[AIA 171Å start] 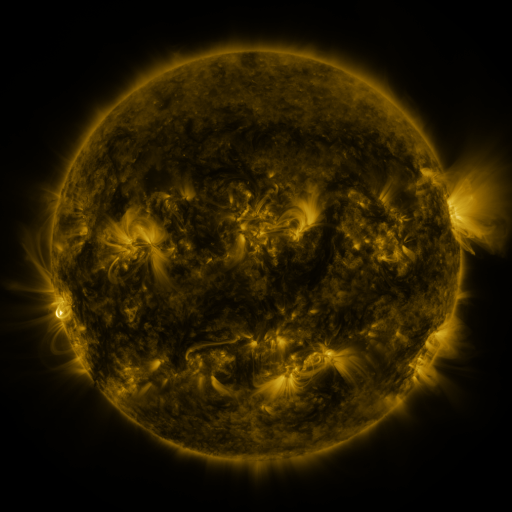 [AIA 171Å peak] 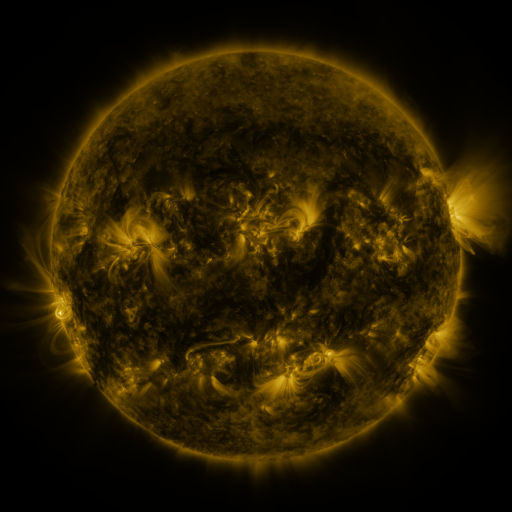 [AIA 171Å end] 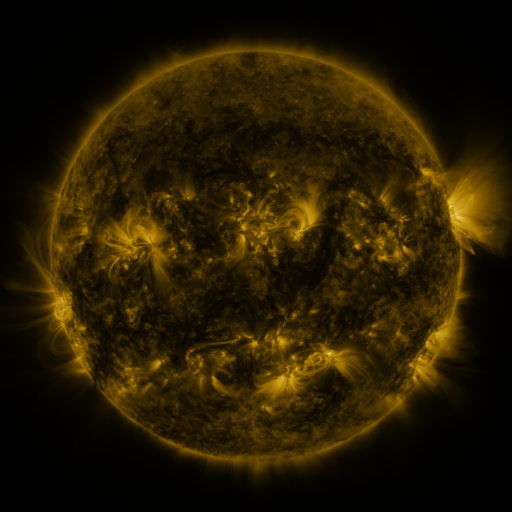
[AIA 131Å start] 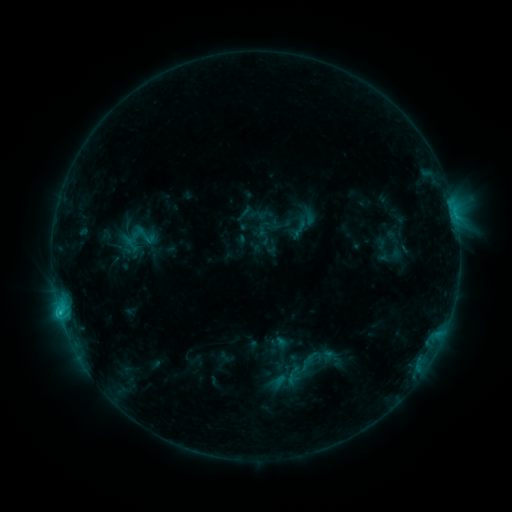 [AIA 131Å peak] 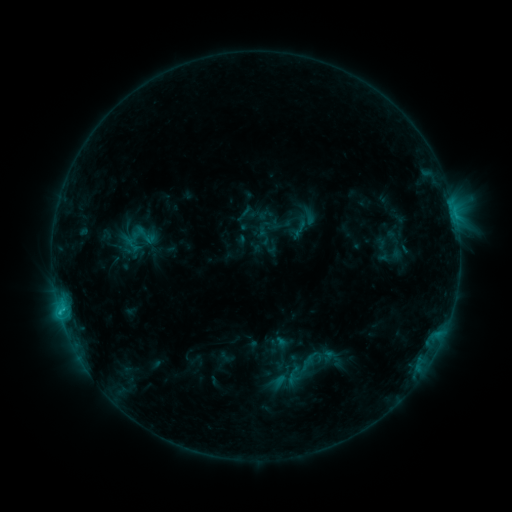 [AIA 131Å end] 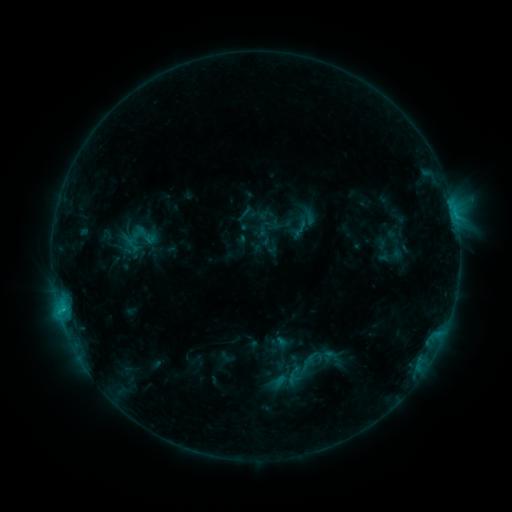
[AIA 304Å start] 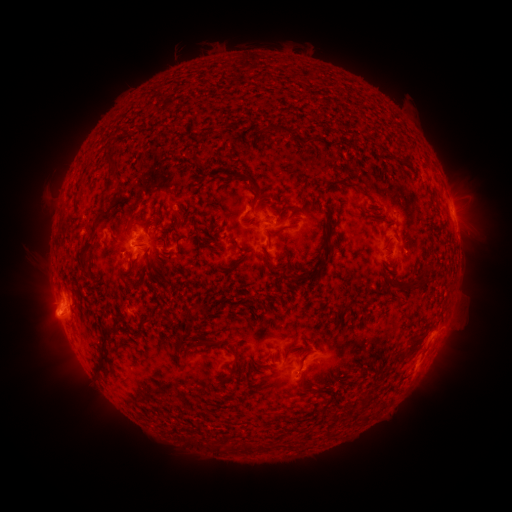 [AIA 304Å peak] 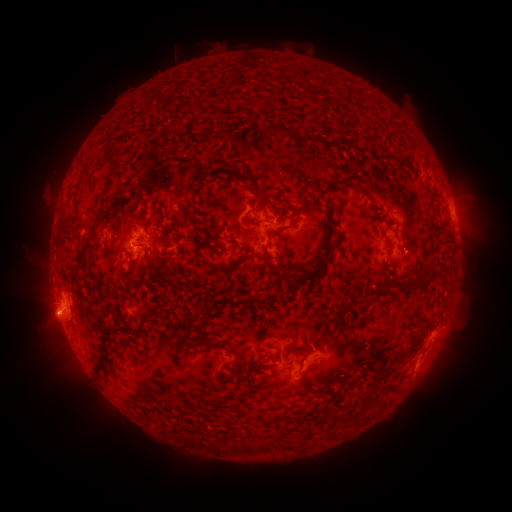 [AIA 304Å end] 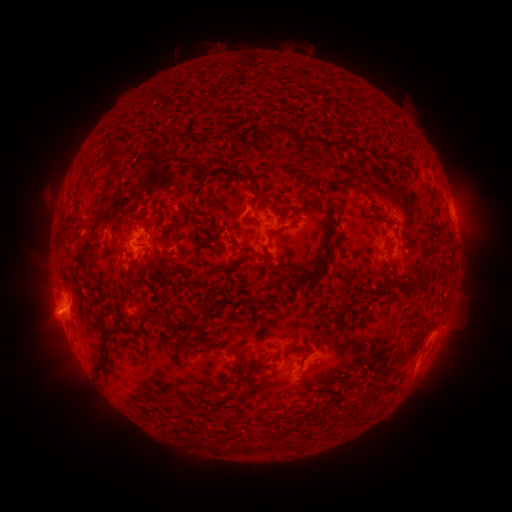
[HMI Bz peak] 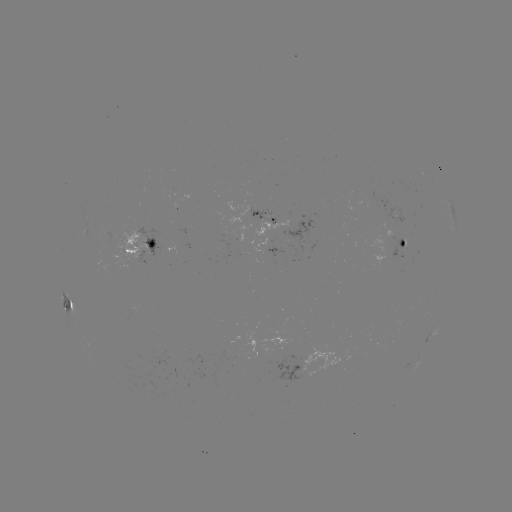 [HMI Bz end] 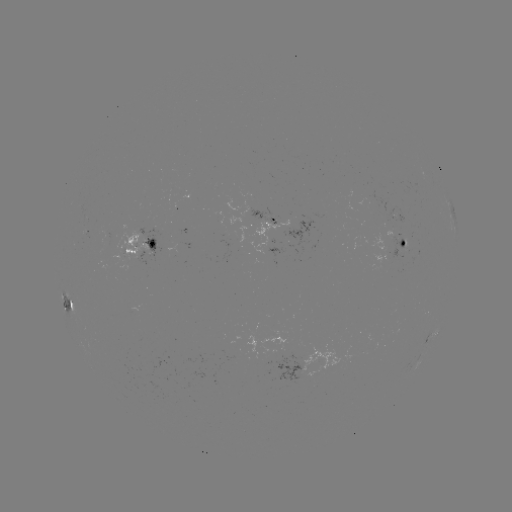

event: flare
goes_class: C1.1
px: (63, 308)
